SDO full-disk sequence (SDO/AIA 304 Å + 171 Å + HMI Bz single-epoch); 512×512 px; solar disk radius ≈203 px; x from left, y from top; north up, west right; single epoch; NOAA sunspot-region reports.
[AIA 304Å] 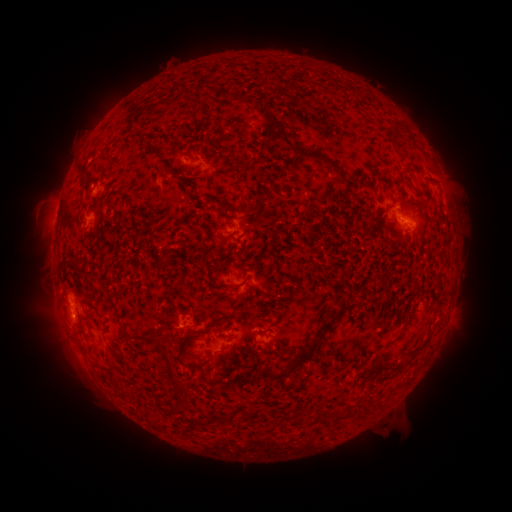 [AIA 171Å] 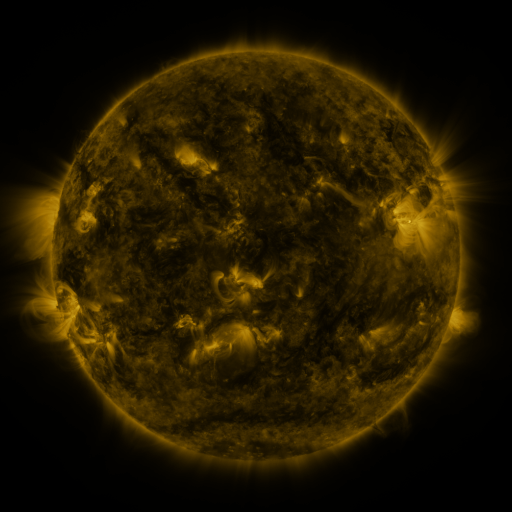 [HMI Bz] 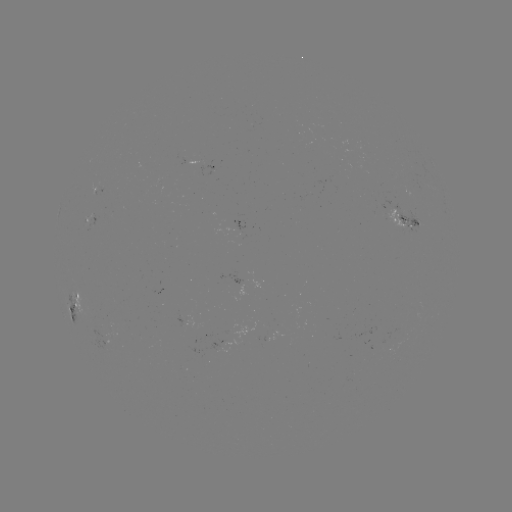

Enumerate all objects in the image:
spotted active region: (209, 165)
spotted active region: (90, 223)
spotted active region: (402, 224)
spotted active region: (256, 279)
spotted active region: (80, 303)
